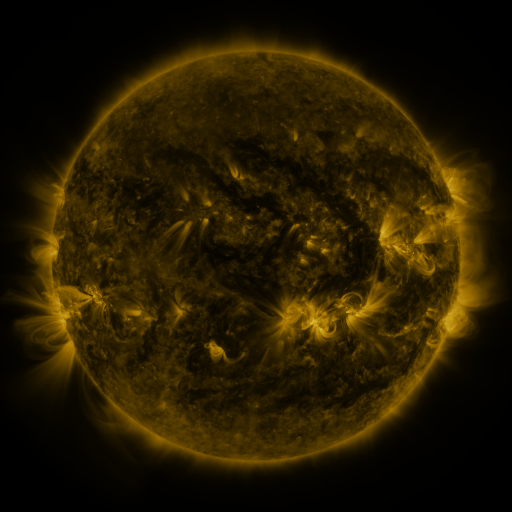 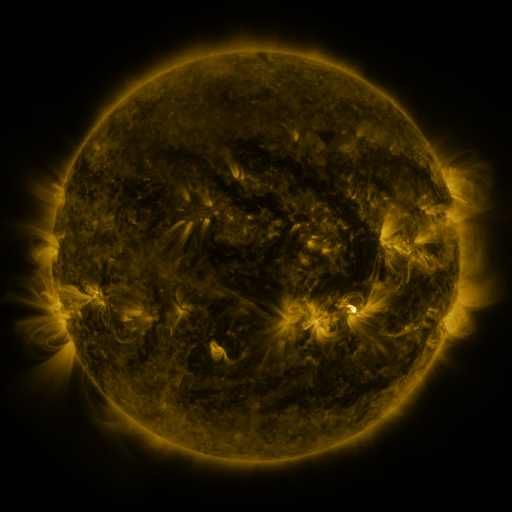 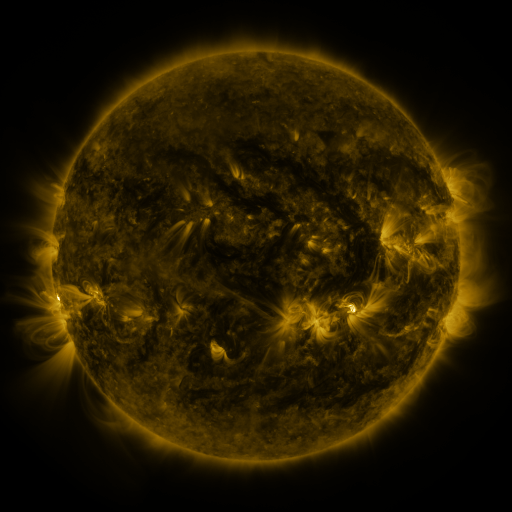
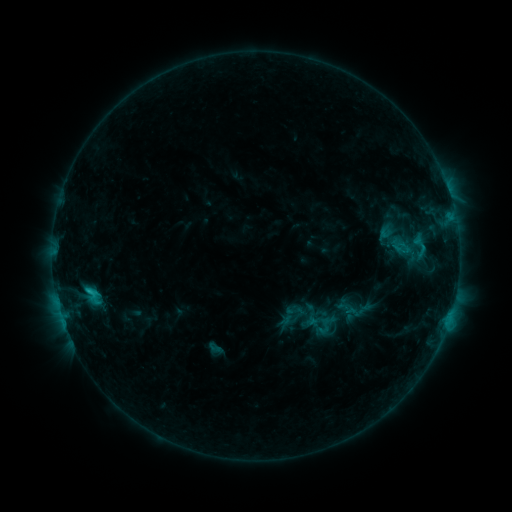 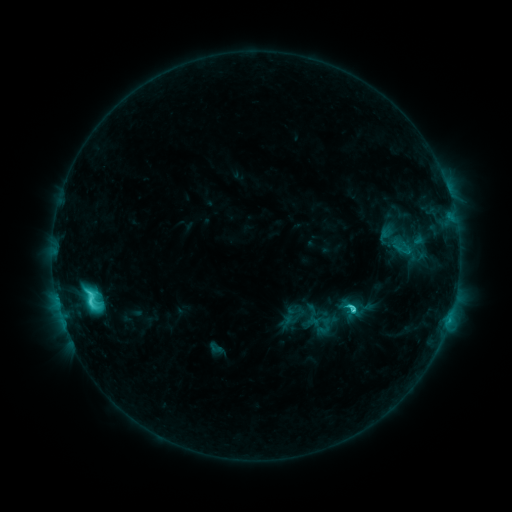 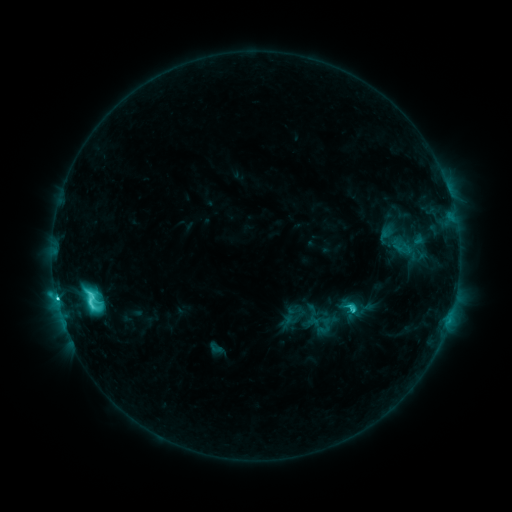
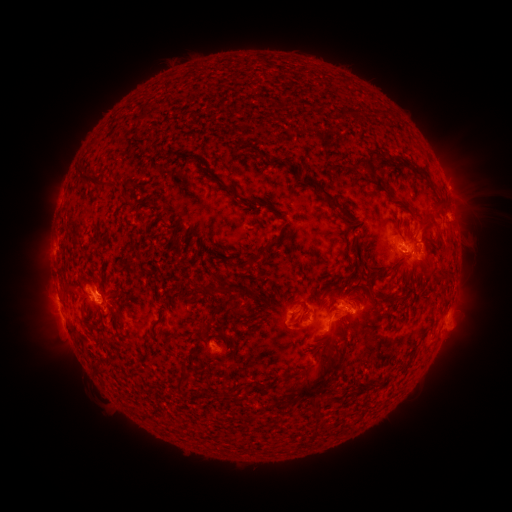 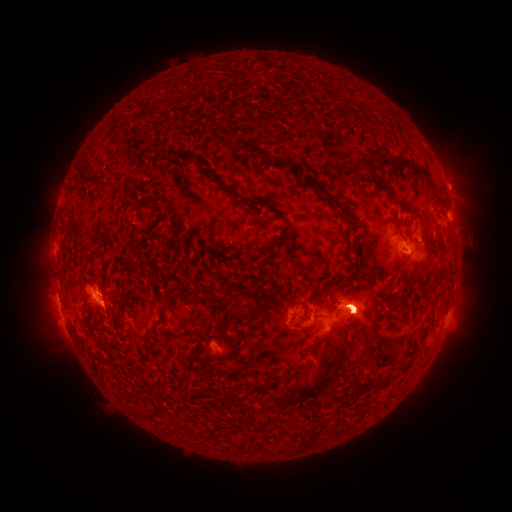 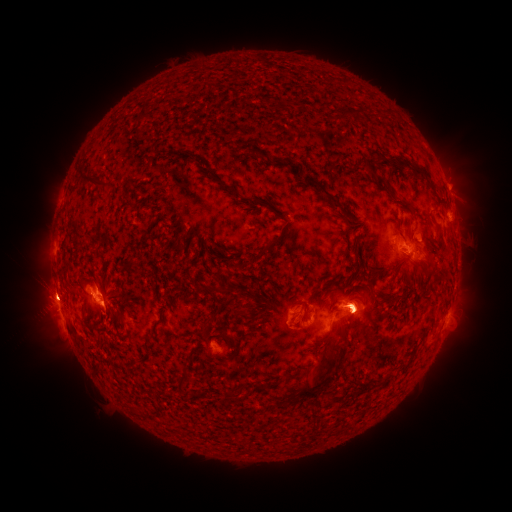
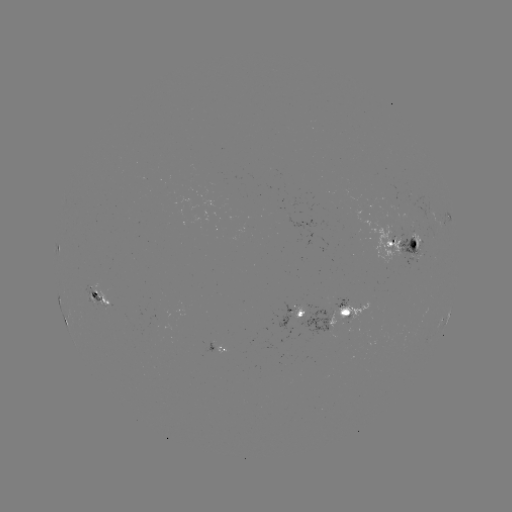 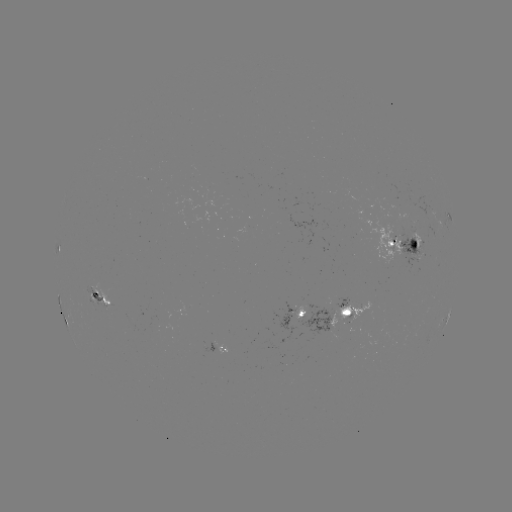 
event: flare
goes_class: C7.7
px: (353, 309)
